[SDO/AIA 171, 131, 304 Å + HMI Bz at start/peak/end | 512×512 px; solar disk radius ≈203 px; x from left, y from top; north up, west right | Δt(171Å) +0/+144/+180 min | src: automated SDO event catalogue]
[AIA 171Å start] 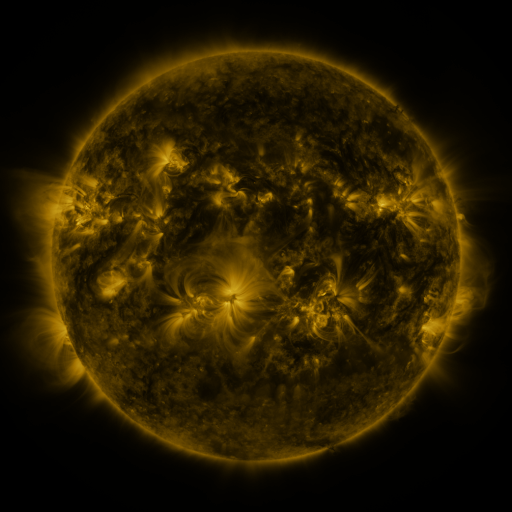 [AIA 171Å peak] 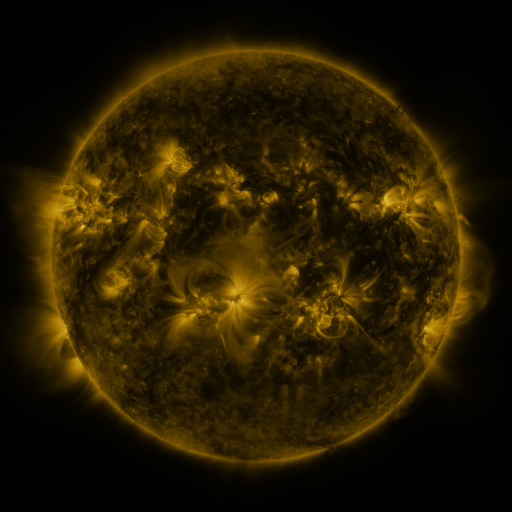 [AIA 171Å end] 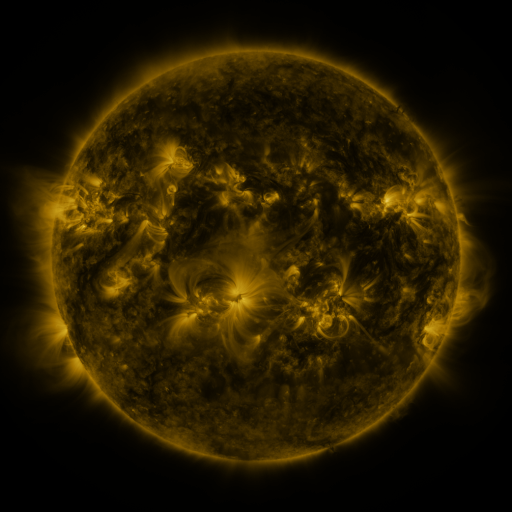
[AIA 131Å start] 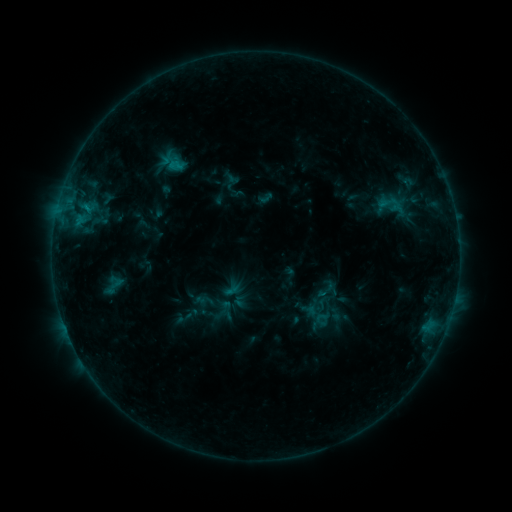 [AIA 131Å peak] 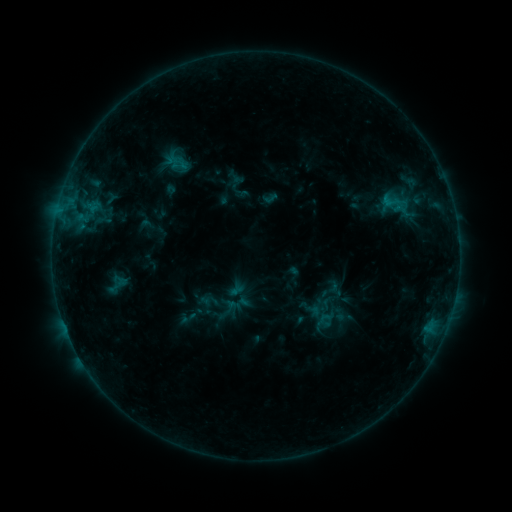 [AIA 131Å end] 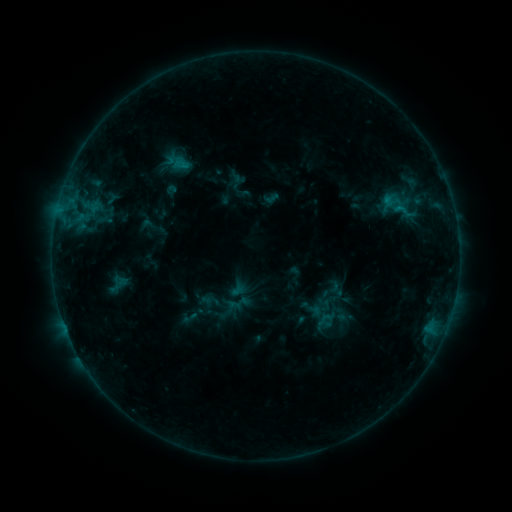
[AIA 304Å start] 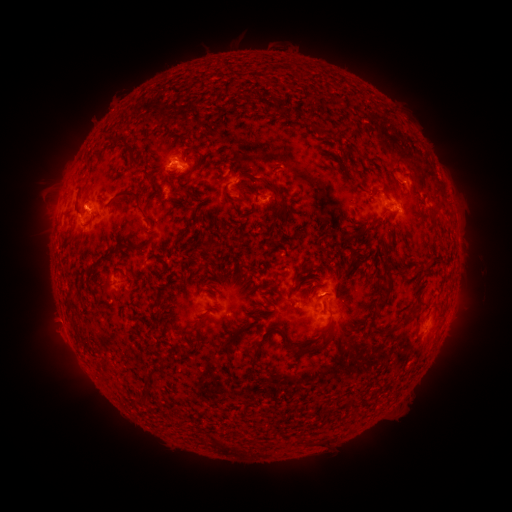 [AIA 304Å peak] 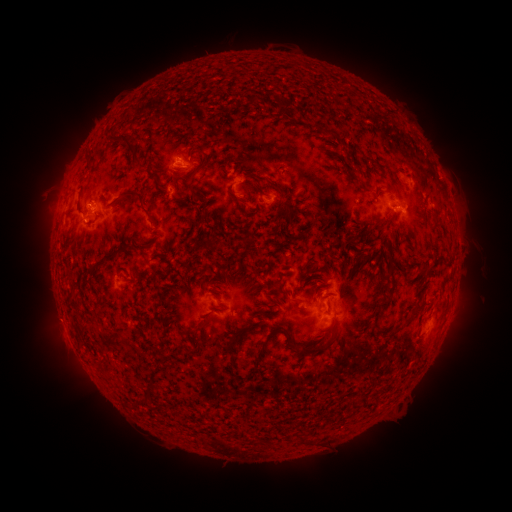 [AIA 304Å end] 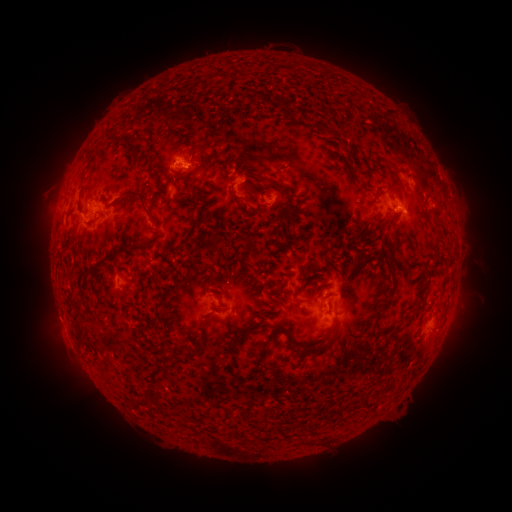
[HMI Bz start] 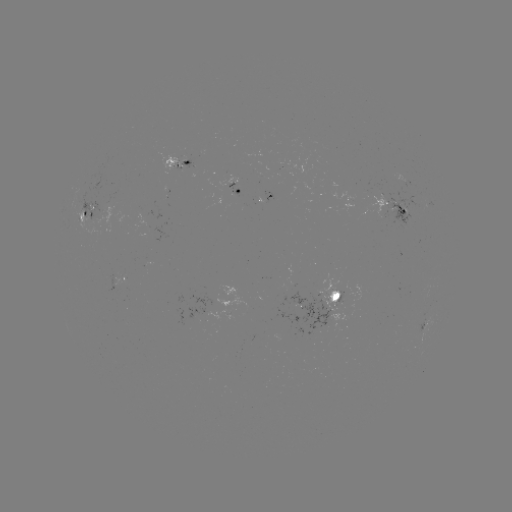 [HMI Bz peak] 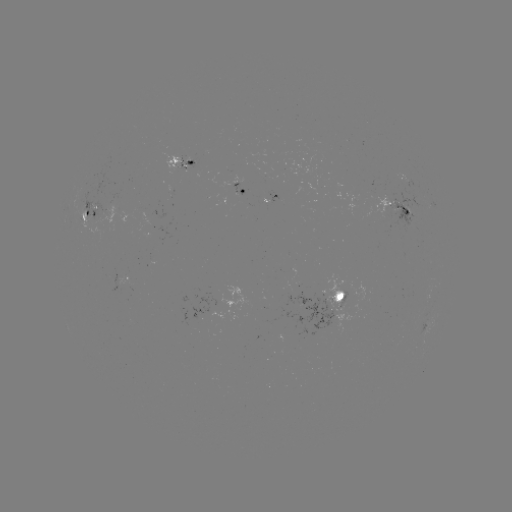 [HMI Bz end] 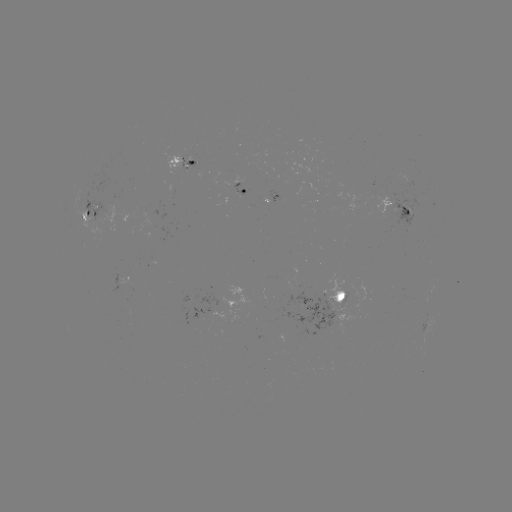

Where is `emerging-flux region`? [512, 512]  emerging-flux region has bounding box [85, 199, 105, 221].